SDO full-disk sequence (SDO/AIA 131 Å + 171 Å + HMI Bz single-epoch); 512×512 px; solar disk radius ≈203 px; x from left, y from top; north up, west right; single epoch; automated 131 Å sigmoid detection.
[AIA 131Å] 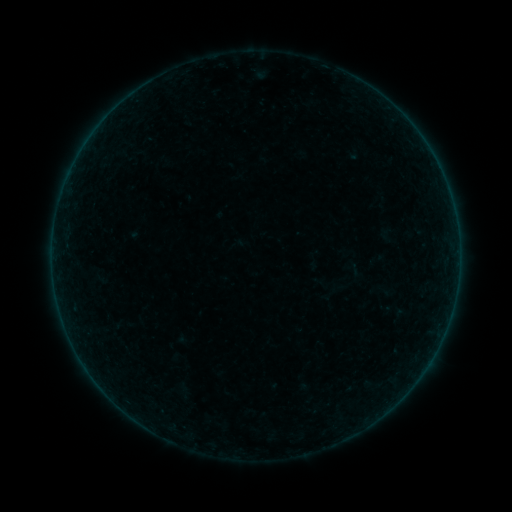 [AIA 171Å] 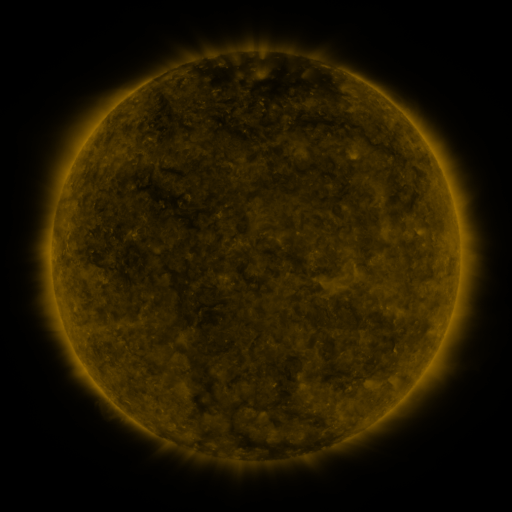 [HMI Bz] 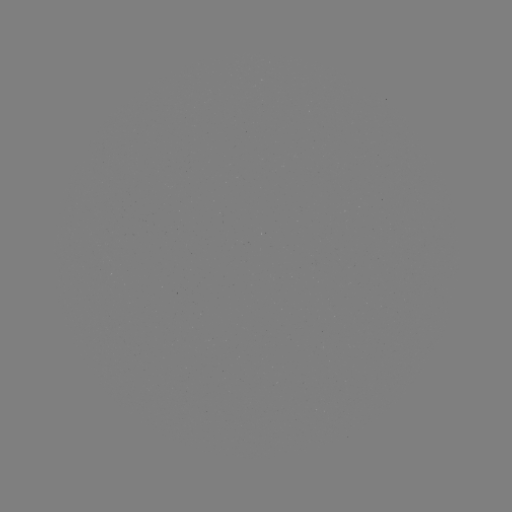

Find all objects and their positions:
sigmoid: (99, 277)
